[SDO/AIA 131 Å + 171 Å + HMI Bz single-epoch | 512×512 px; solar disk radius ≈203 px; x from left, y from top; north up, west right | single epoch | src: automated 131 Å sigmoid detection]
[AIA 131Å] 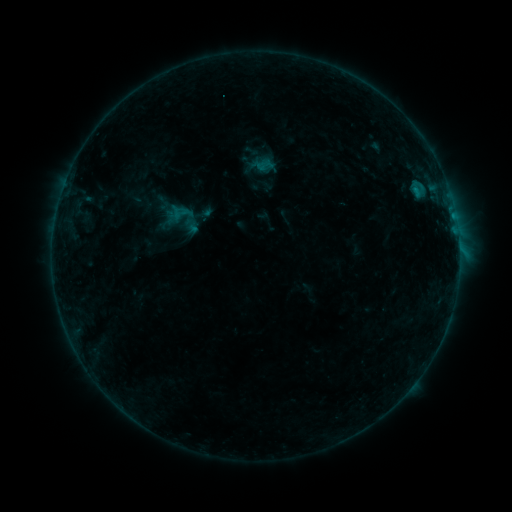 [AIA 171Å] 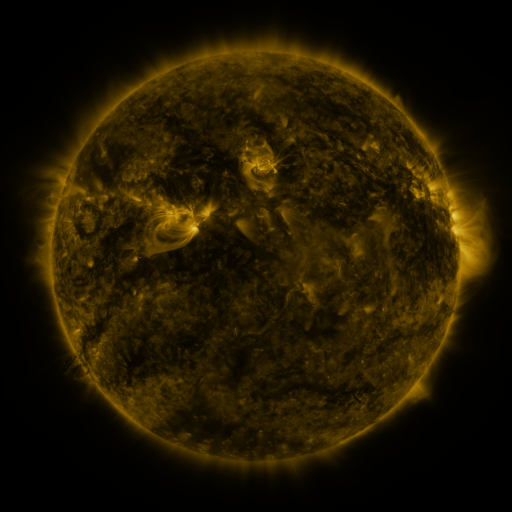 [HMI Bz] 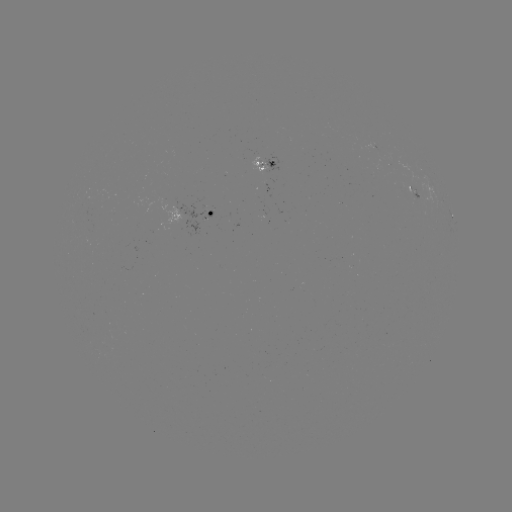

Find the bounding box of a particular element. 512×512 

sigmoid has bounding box [172, 205, 188, 220].